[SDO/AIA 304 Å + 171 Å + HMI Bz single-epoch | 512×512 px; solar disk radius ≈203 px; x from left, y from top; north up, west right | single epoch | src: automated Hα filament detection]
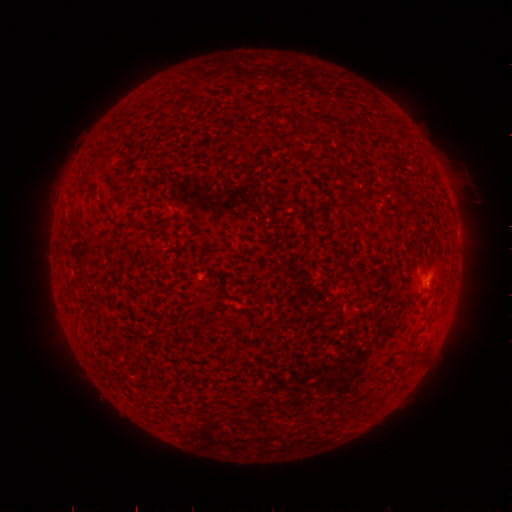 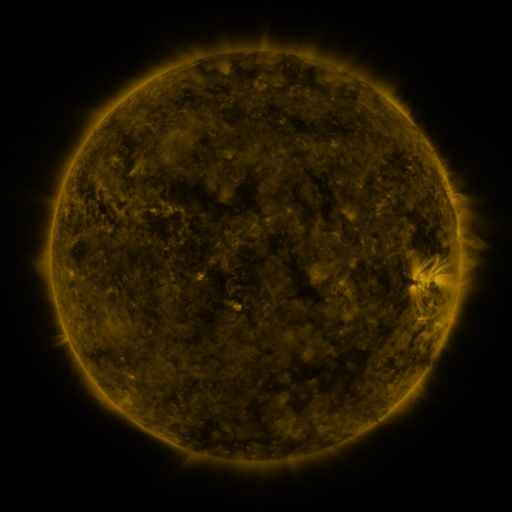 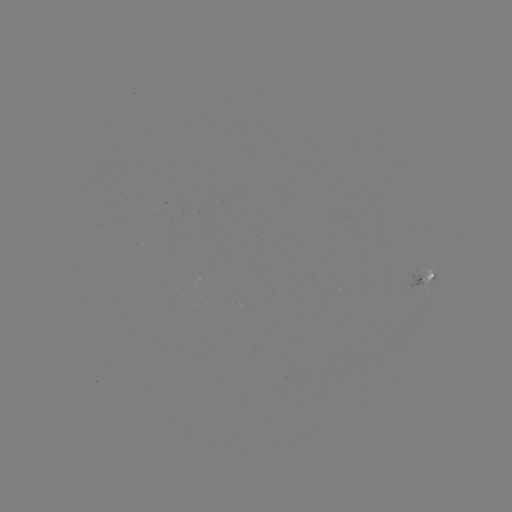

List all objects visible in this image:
filament: (309, 114, 335, 124)
filament: (335, 119, 353, 129)
filament: (389, 183, 415, 207)
filament: (413, 214, 422, 223)
